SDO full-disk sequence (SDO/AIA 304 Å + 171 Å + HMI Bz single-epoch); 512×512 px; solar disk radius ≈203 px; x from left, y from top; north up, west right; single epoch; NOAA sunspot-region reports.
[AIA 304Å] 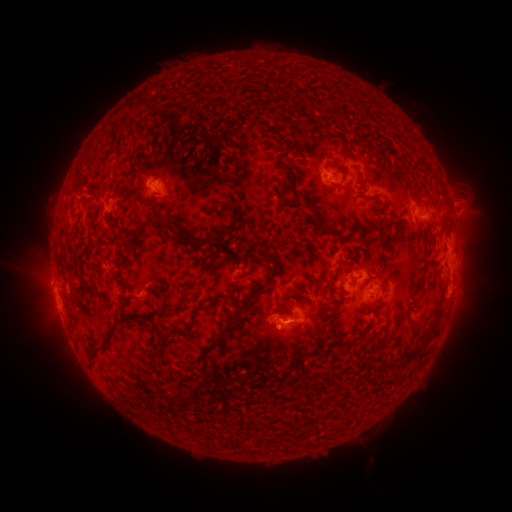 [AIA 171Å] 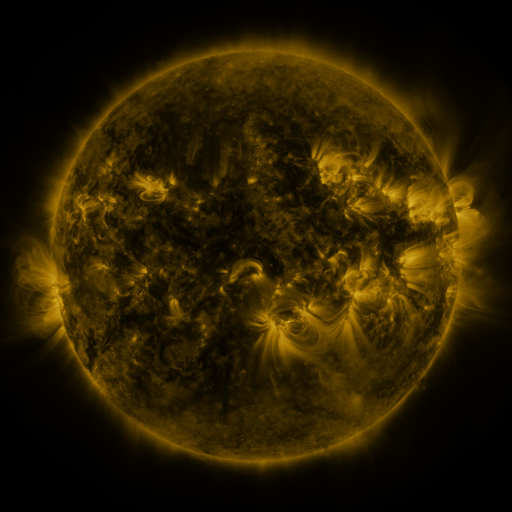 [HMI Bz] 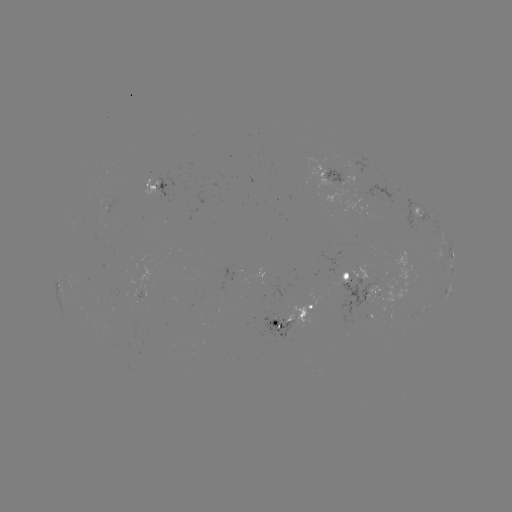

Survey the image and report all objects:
spotted active region: (332, 177)
spotted active region: (159, 188)
spotted active region: (423, 217)
spotted active region: (453, 253)
spotted active region: (451, 270)
spotted active region: (349, 275)
spotted active region: (368, 291)
spotted active region: (447, 294)
spotted active region: (297, 315)
